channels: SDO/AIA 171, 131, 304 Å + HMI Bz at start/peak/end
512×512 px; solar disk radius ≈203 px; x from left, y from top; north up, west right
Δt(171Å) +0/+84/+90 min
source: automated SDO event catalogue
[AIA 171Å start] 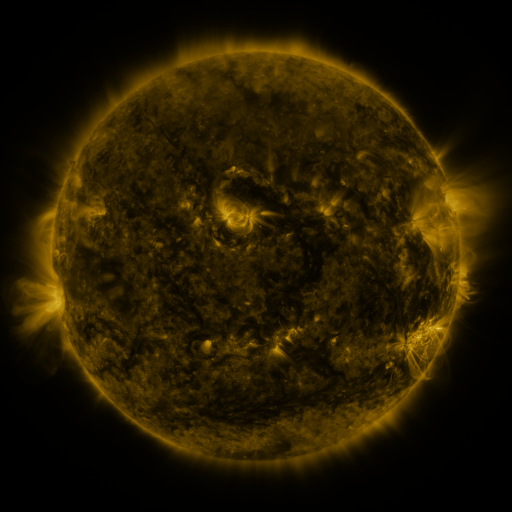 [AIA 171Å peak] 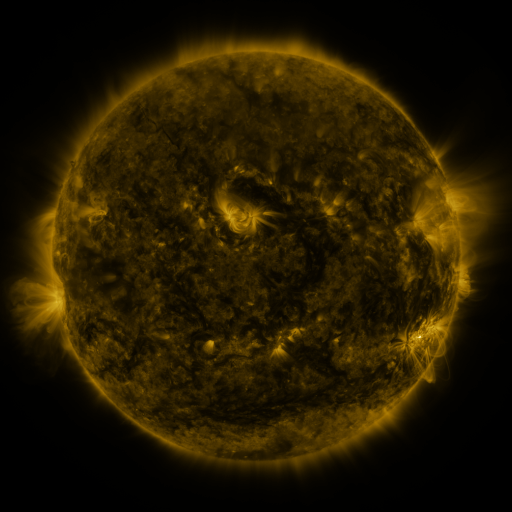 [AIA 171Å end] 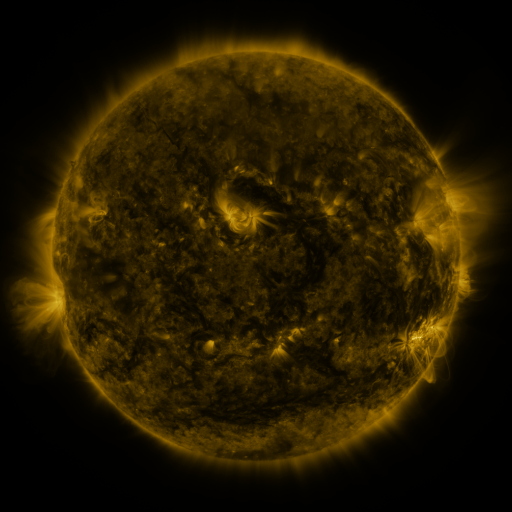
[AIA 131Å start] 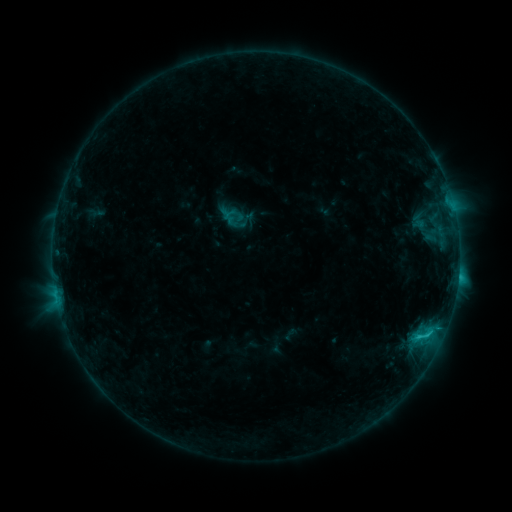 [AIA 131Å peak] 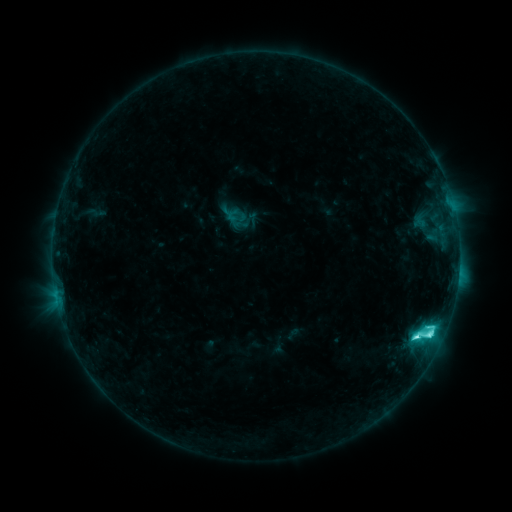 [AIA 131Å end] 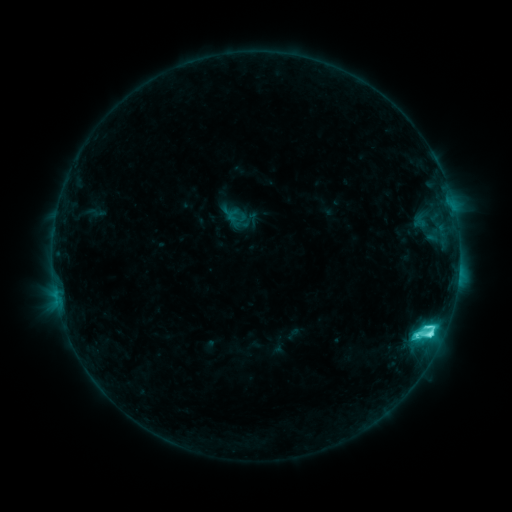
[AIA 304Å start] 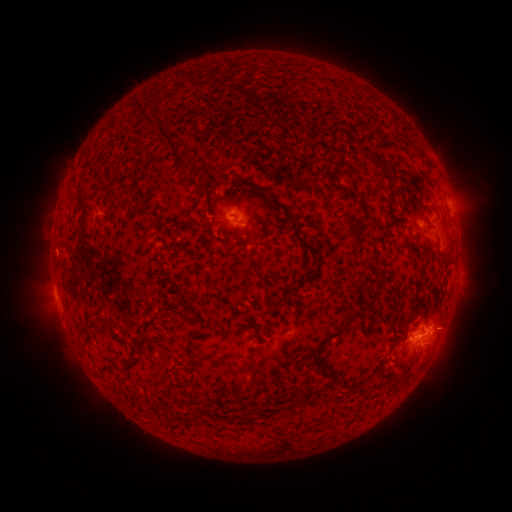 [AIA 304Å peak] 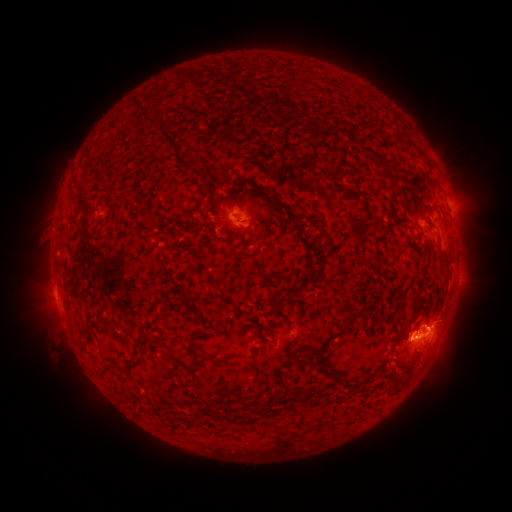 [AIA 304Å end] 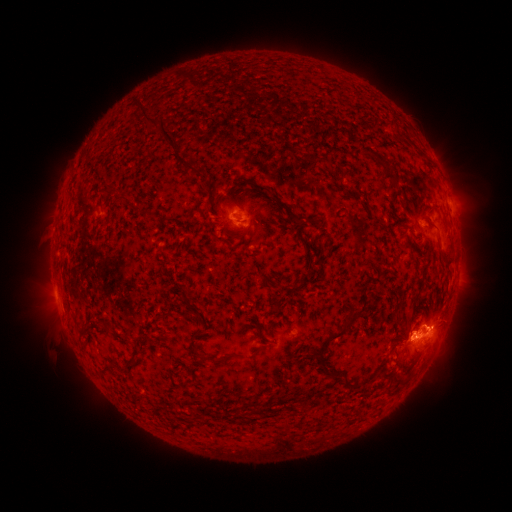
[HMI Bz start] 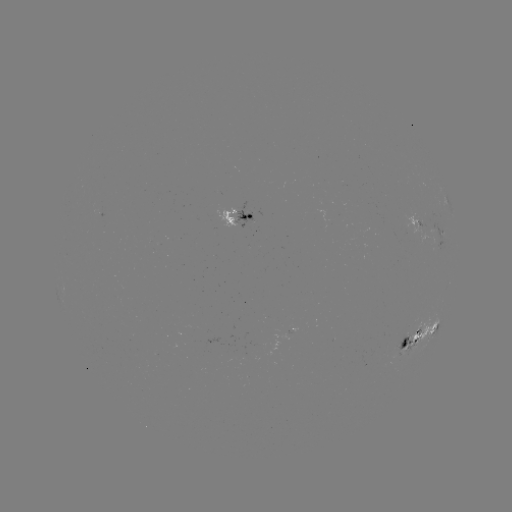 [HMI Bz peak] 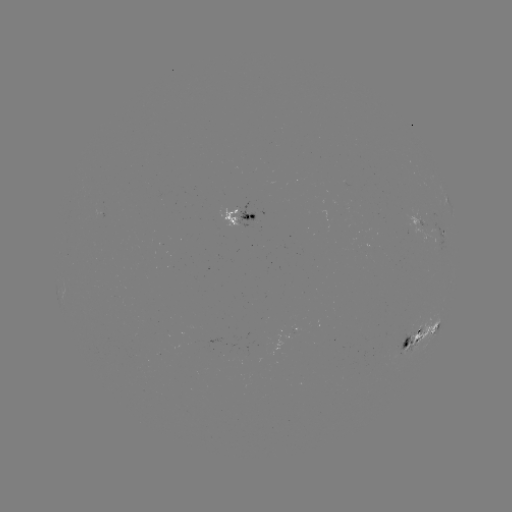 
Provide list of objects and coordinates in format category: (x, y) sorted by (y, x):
C7.6 flare: (415, 334)
